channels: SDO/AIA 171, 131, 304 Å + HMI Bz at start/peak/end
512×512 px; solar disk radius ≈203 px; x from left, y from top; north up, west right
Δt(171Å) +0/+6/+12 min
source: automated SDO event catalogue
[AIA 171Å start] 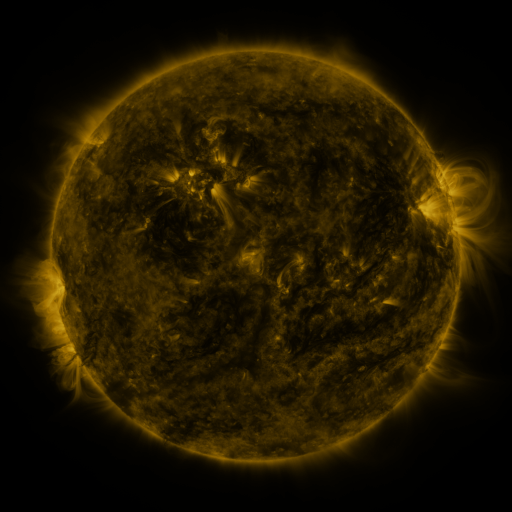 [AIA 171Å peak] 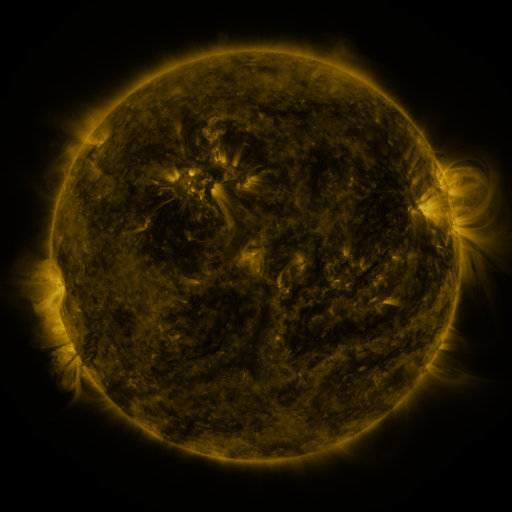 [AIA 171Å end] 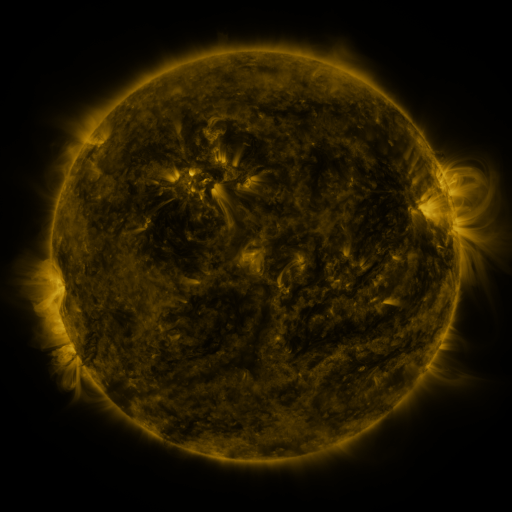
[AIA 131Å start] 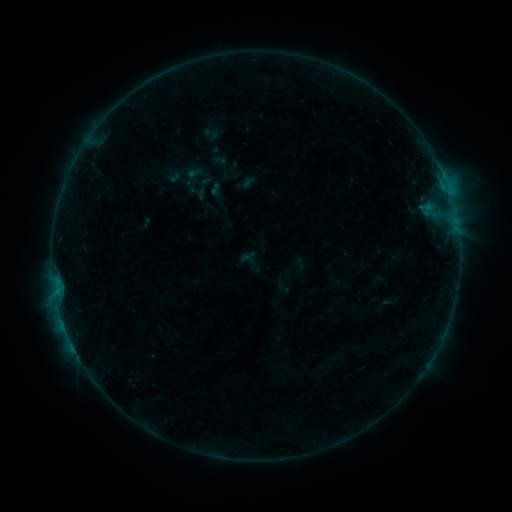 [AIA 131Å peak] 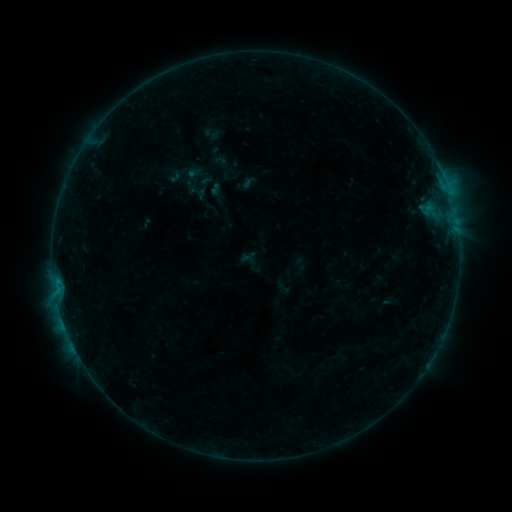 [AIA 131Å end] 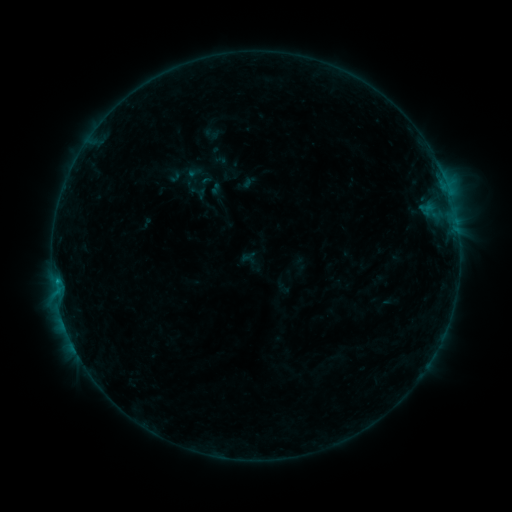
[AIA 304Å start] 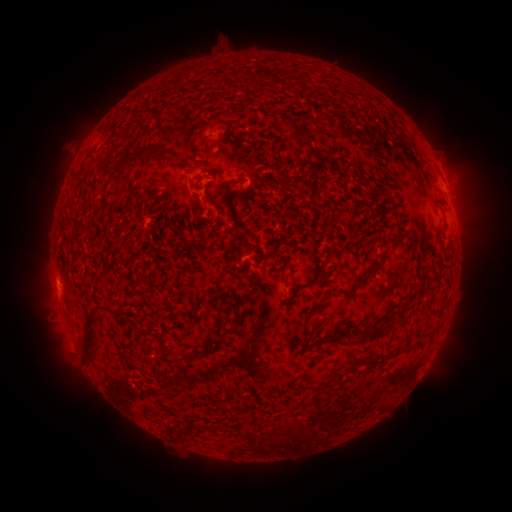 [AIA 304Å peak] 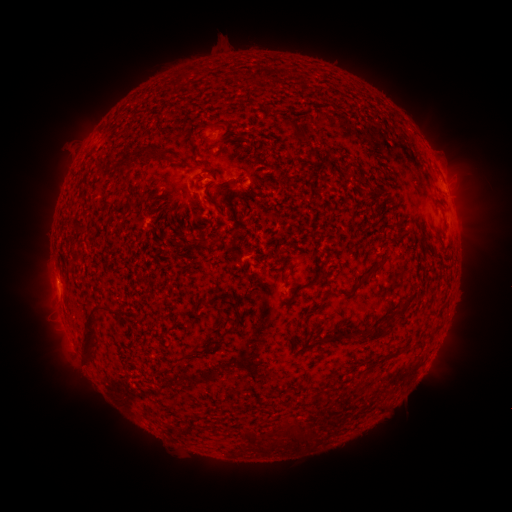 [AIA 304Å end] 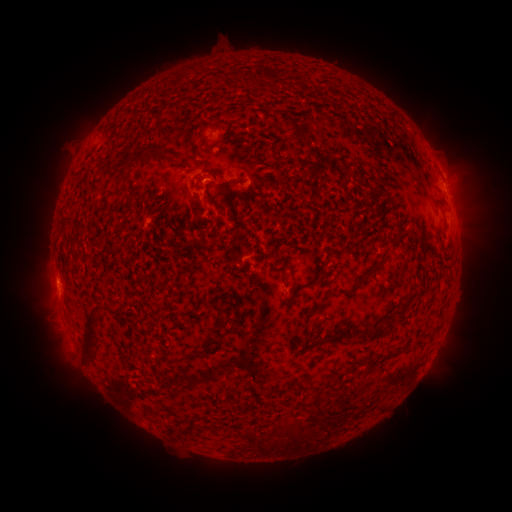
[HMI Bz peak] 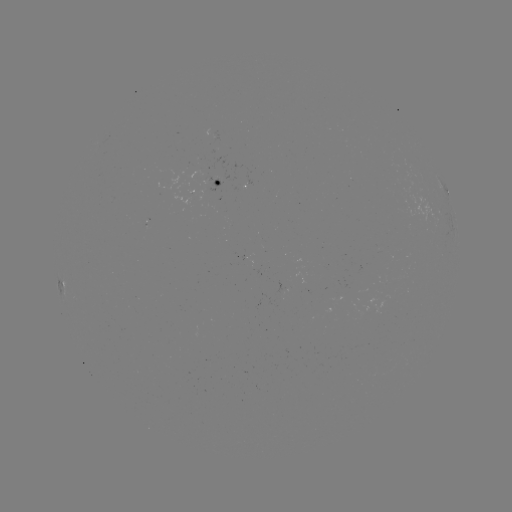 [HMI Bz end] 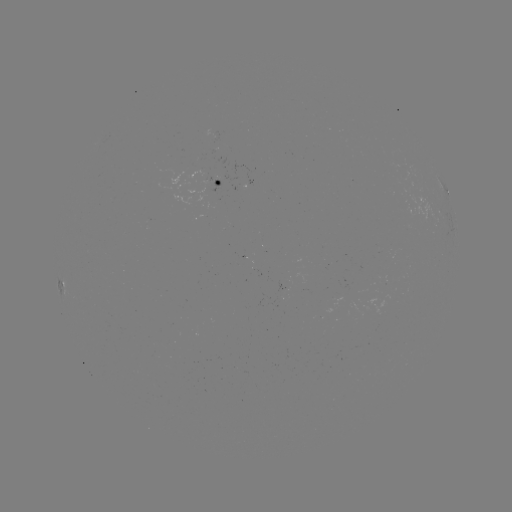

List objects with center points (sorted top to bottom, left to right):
B4.7 flare: (57, 279)
